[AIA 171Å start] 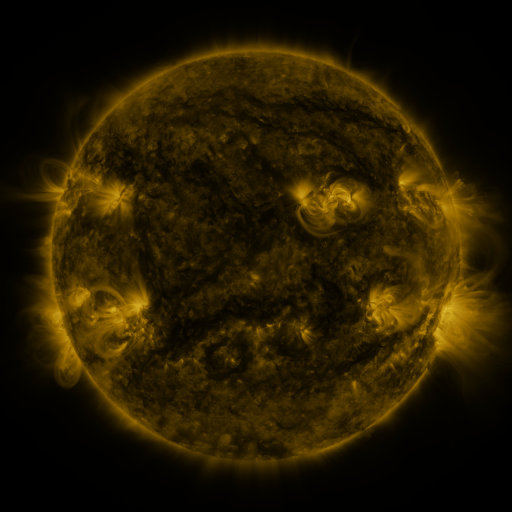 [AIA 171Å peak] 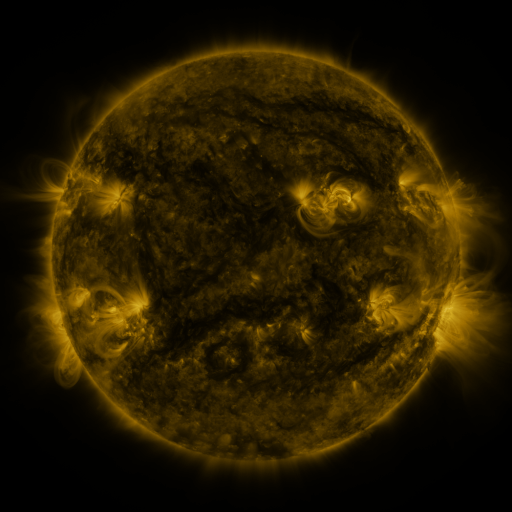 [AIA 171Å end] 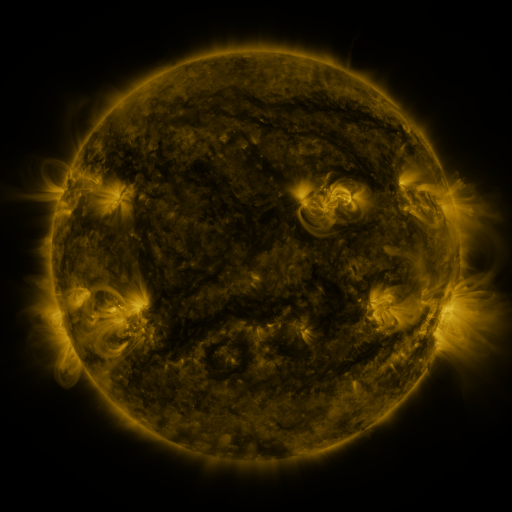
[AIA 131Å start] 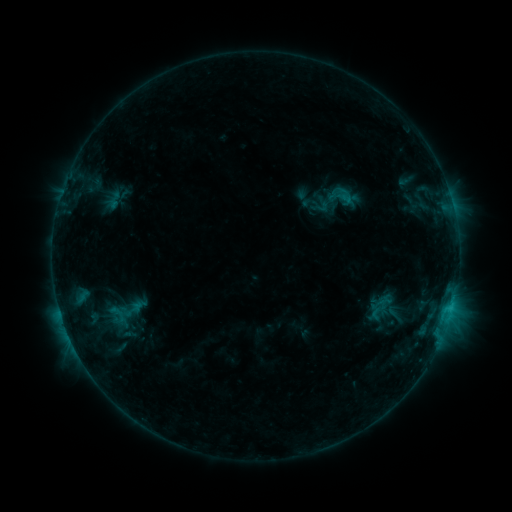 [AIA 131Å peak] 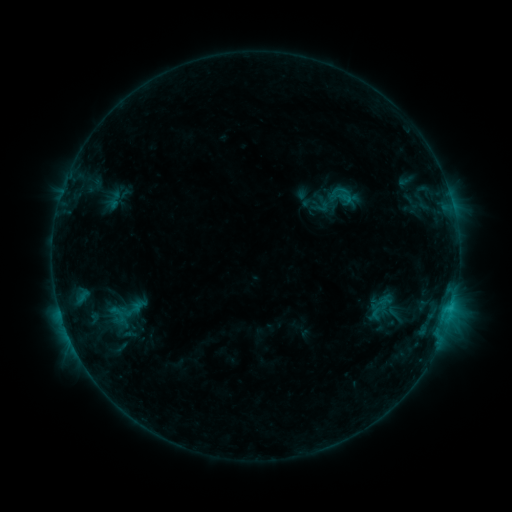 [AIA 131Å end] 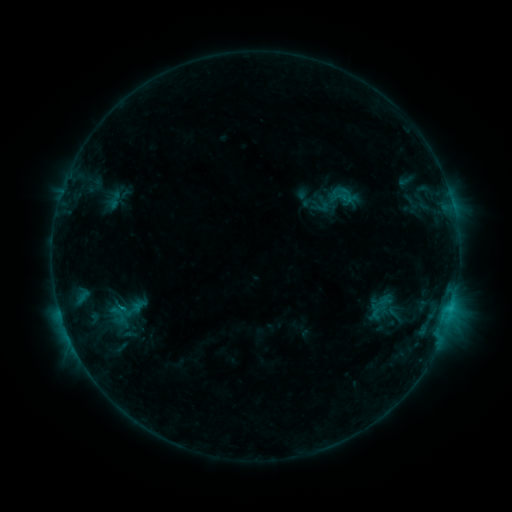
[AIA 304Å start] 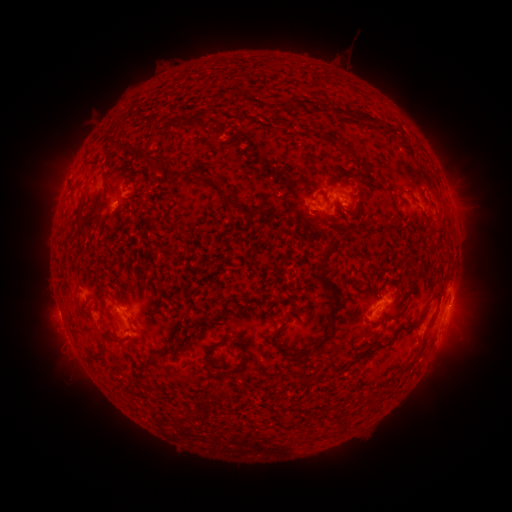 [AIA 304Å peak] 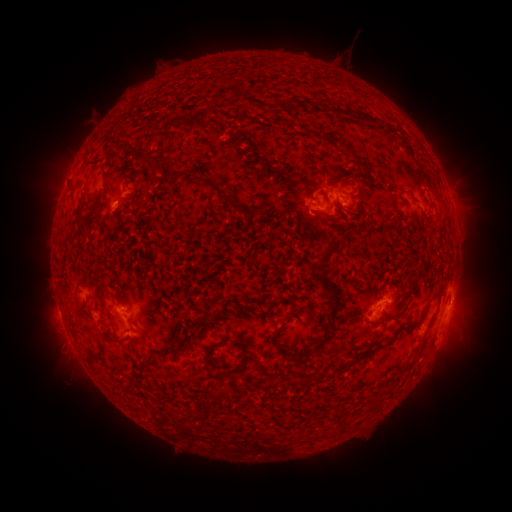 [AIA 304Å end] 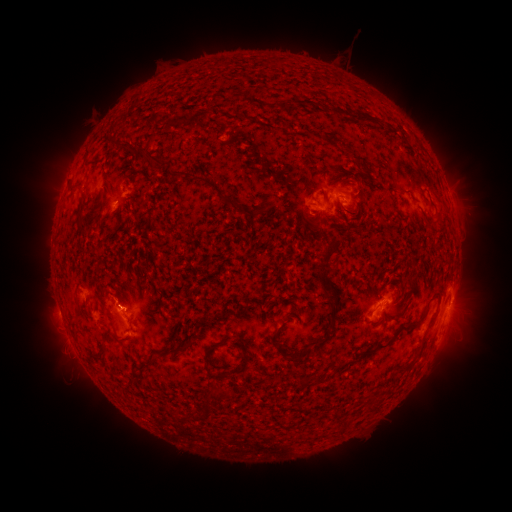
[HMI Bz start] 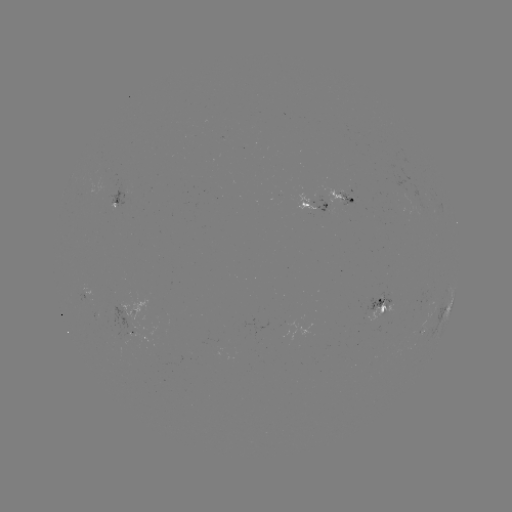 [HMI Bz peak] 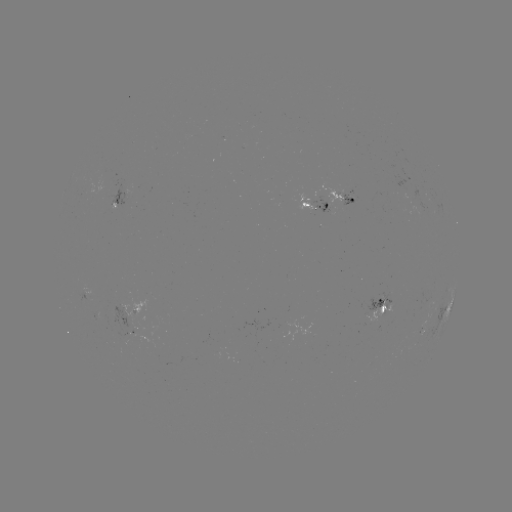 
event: eruption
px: (124, 297)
